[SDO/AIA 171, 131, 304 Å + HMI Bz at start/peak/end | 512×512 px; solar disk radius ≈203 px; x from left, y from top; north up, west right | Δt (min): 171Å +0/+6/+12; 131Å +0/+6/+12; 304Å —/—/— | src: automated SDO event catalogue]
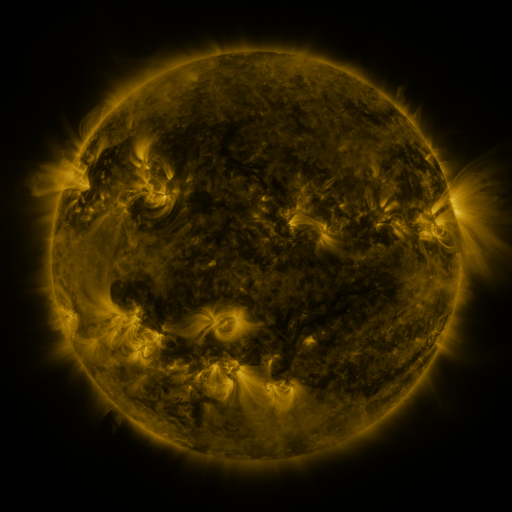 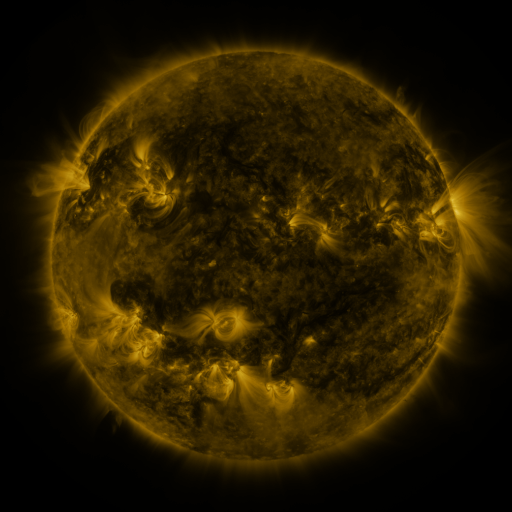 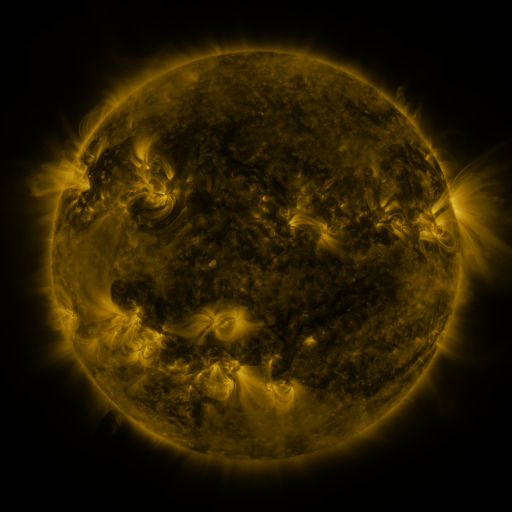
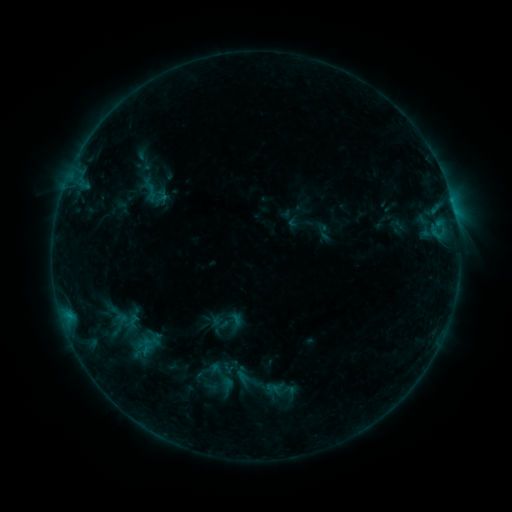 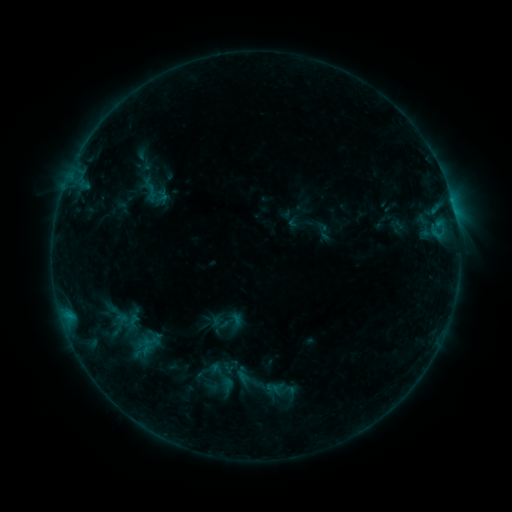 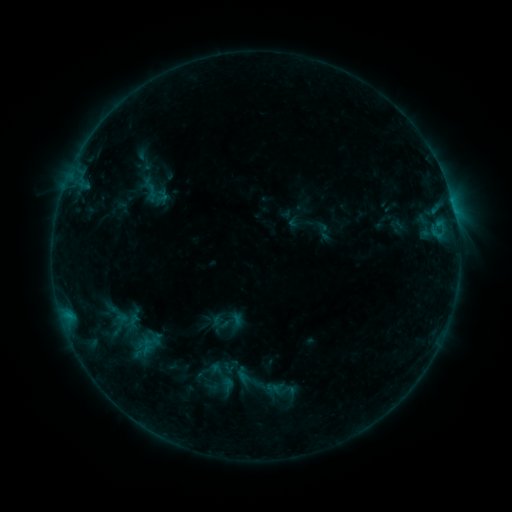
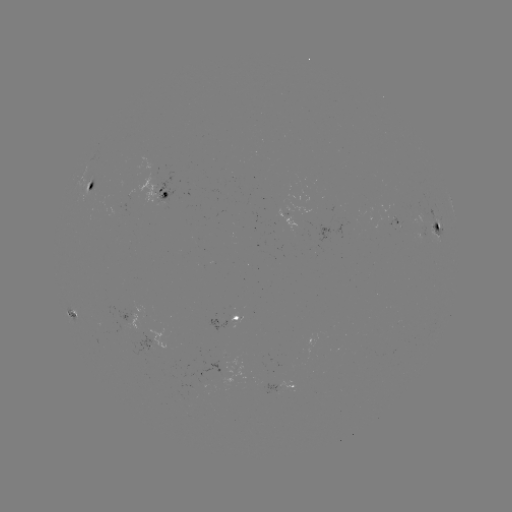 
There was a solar flare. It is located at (75, 317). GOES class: B8.7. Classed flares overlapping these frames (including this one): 1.